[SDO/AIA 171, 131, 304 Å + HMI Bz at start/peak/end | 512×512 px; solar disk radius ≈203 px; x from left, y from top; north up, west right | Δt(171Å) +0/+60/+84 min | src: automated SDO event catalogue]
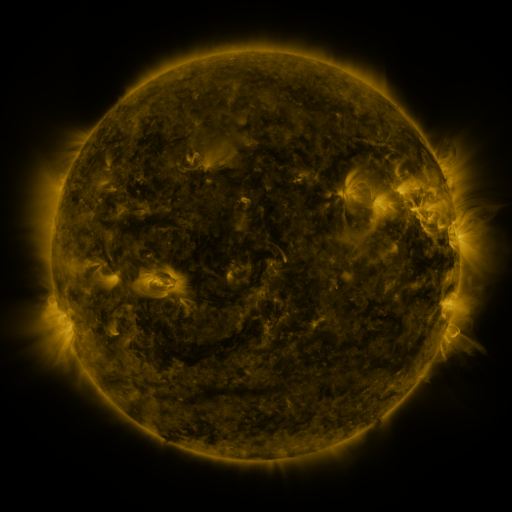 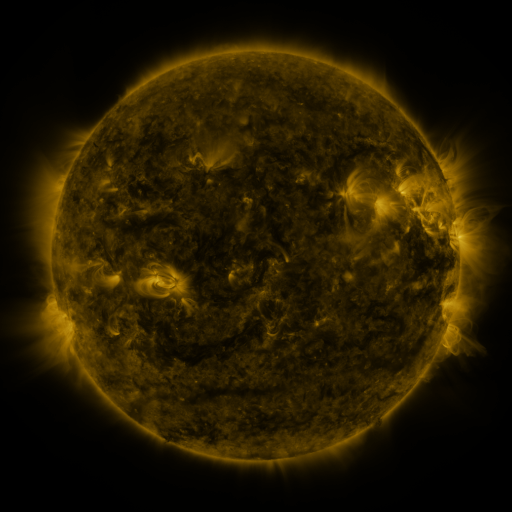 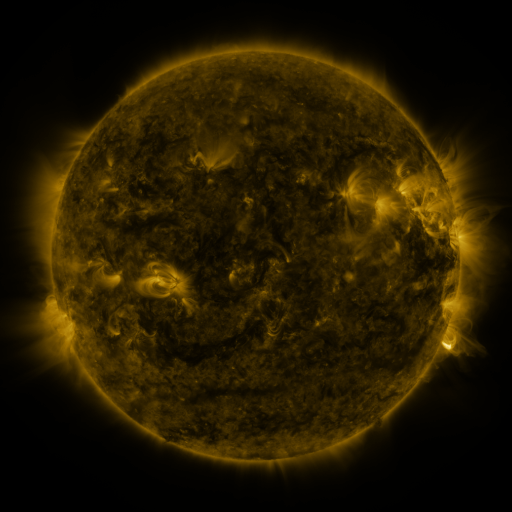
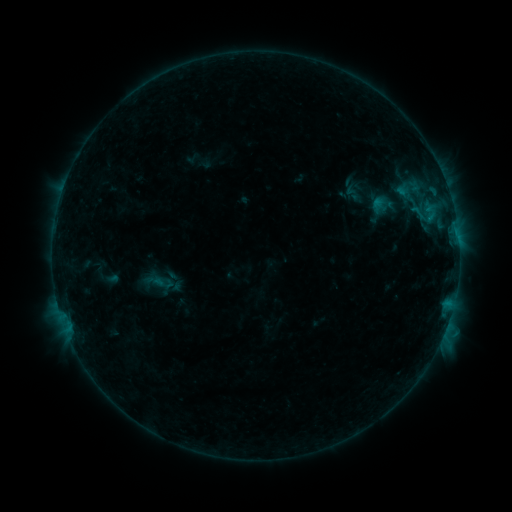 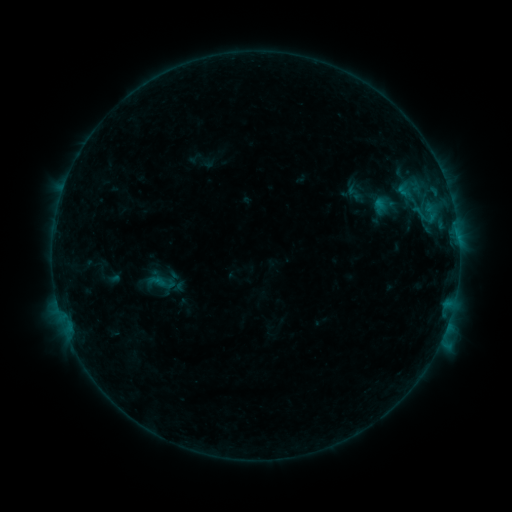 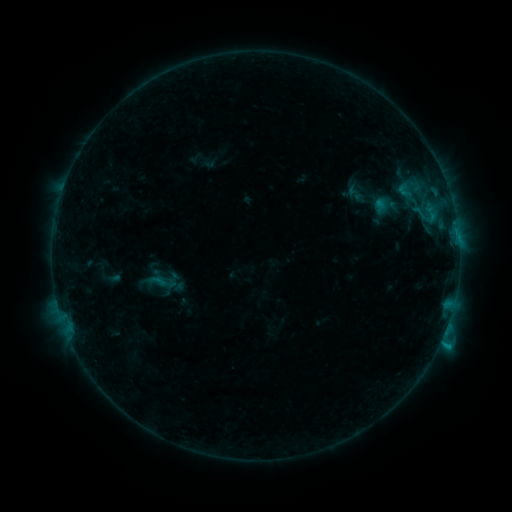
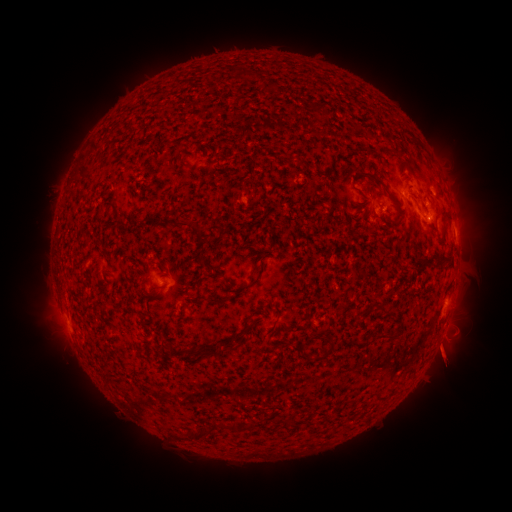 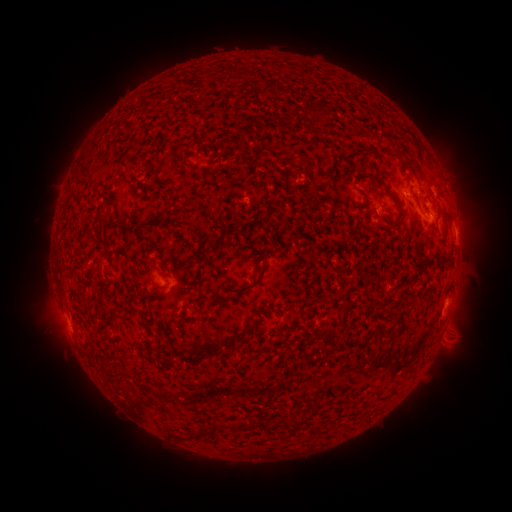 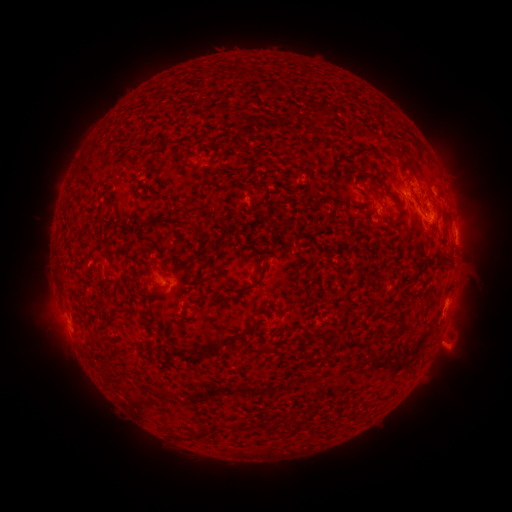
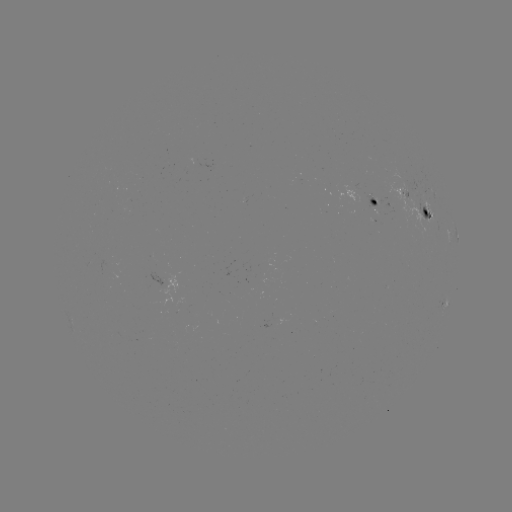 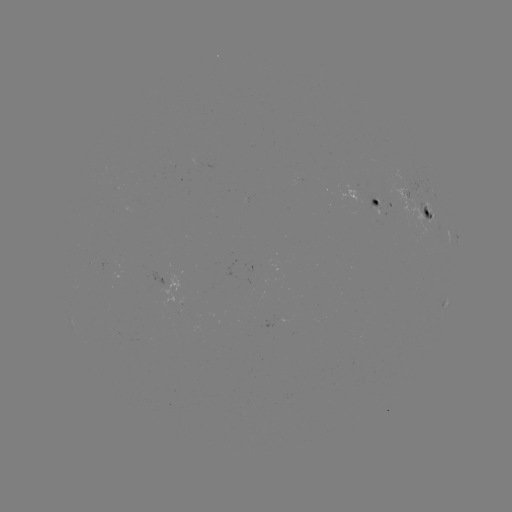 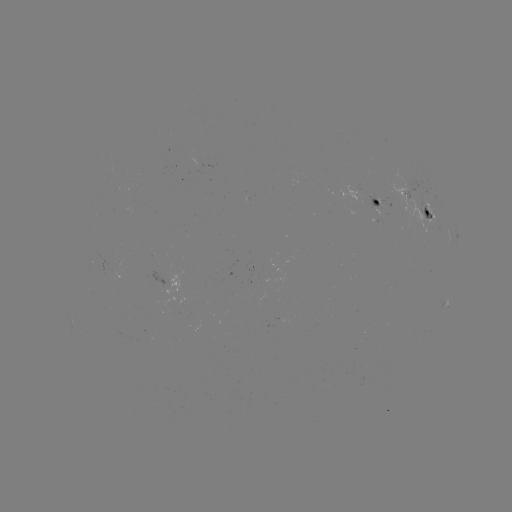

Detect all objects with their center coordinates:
emerging-flux region: (406, 189)
